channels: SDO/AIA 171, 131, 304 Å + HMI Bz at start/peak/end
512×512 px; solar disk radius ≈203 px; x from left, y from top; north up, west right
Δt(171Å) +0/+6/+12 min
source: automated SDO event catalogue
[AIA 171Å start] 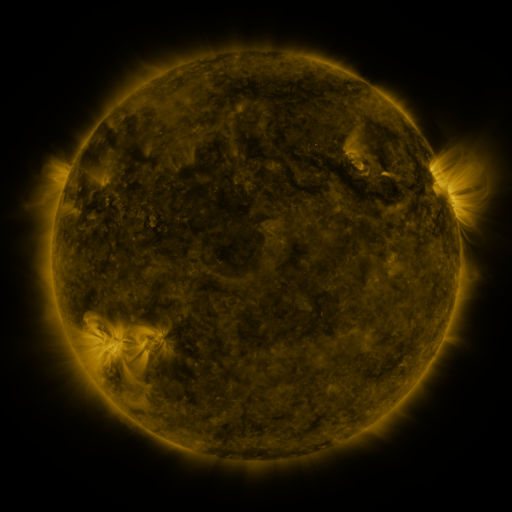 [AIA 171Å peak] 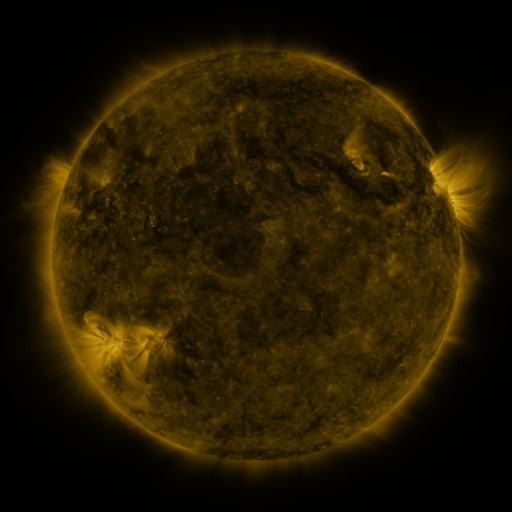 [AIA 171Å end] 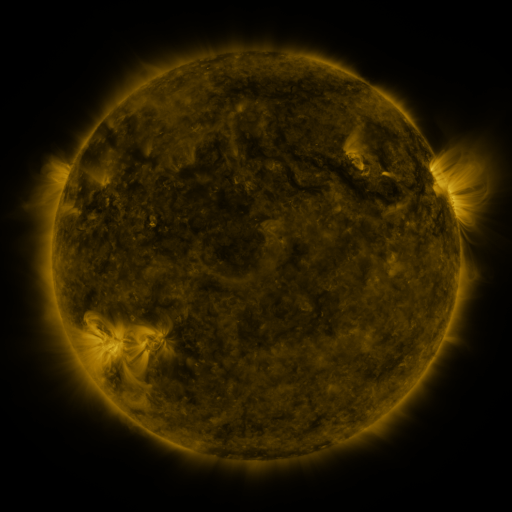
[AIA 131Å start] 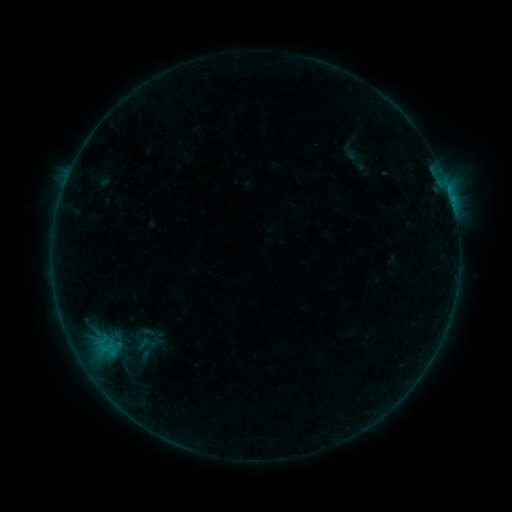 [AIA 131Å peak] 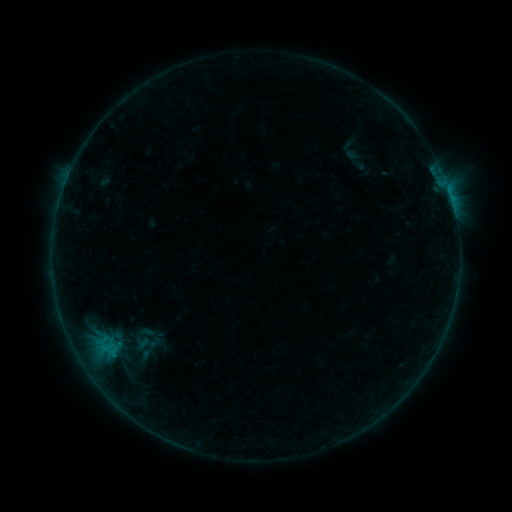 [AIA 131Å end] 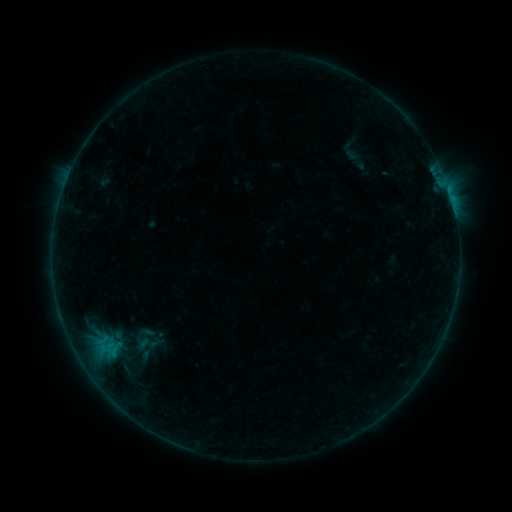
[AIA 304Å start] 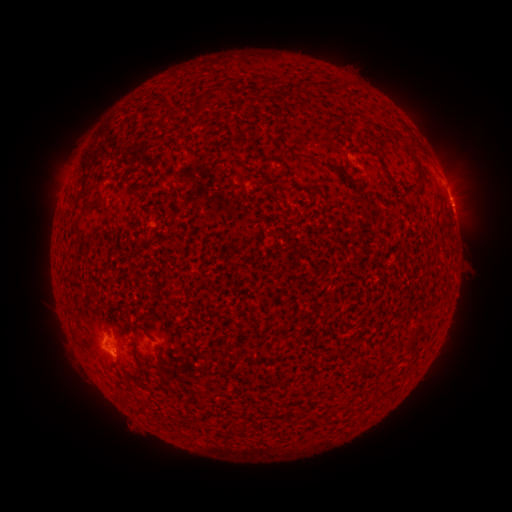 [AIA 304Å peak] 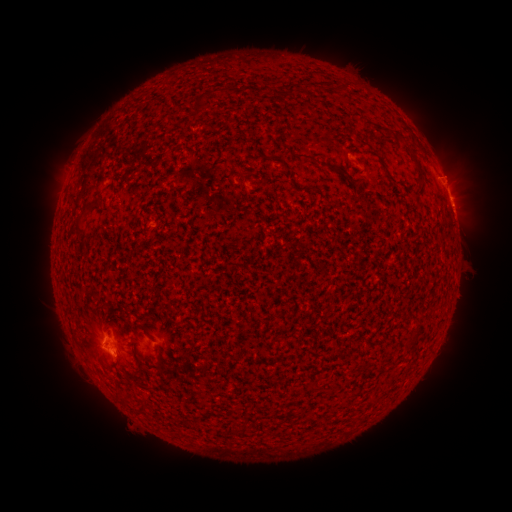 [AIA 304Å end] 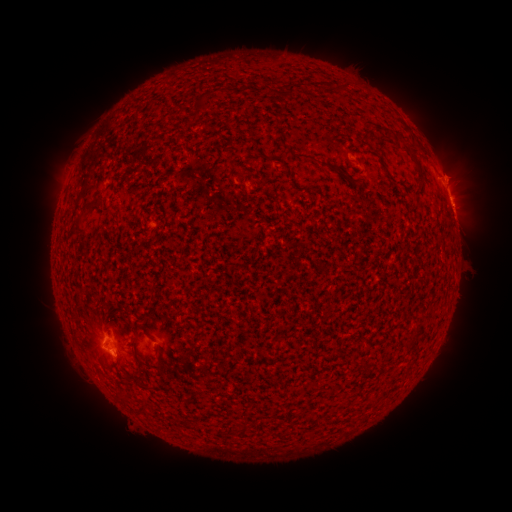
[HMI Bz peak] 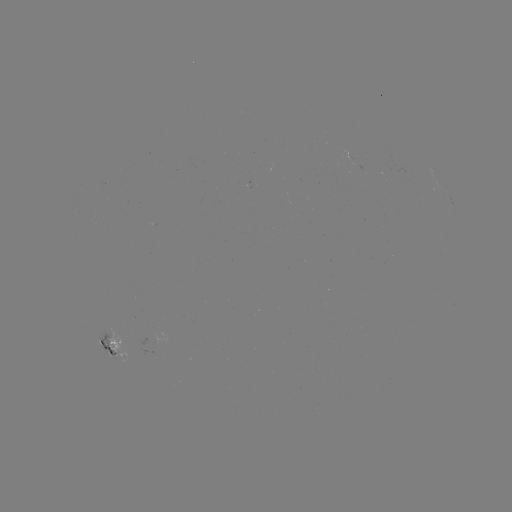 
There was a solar eruption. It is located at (462, 168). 